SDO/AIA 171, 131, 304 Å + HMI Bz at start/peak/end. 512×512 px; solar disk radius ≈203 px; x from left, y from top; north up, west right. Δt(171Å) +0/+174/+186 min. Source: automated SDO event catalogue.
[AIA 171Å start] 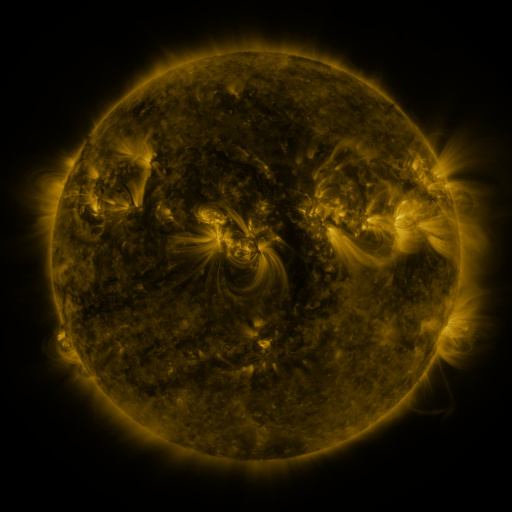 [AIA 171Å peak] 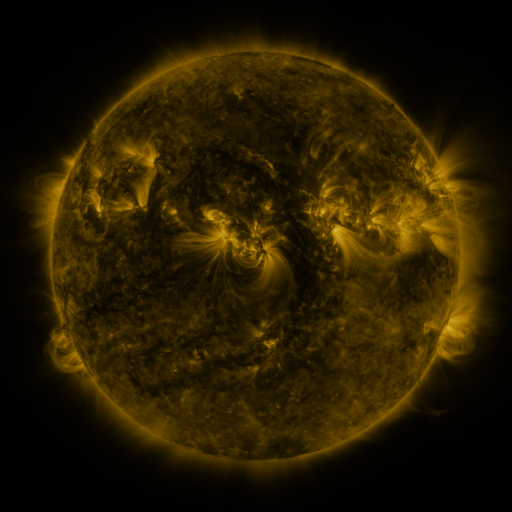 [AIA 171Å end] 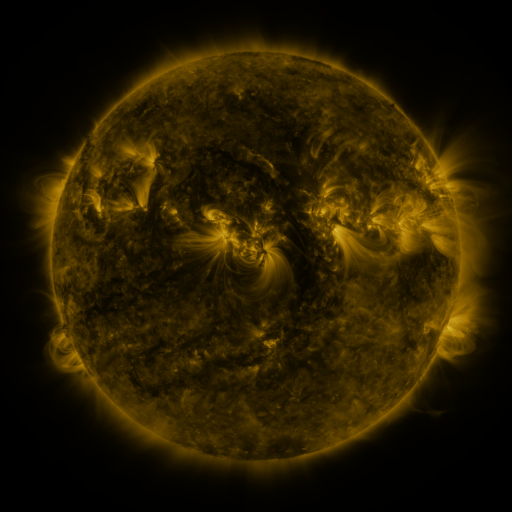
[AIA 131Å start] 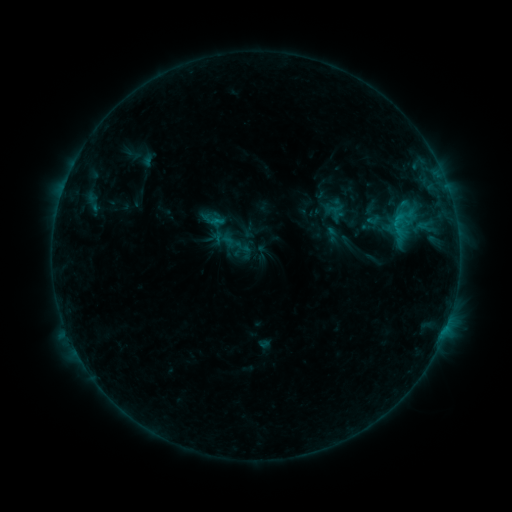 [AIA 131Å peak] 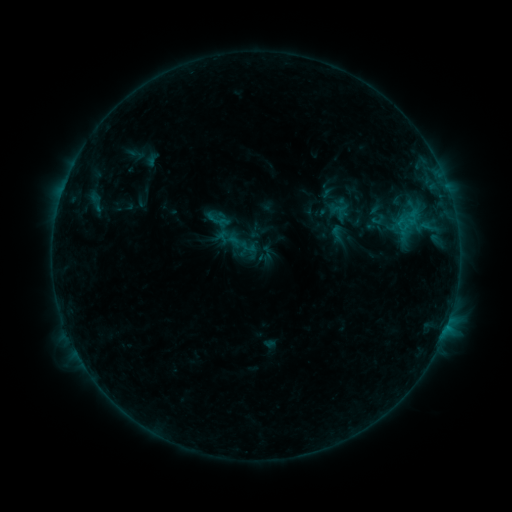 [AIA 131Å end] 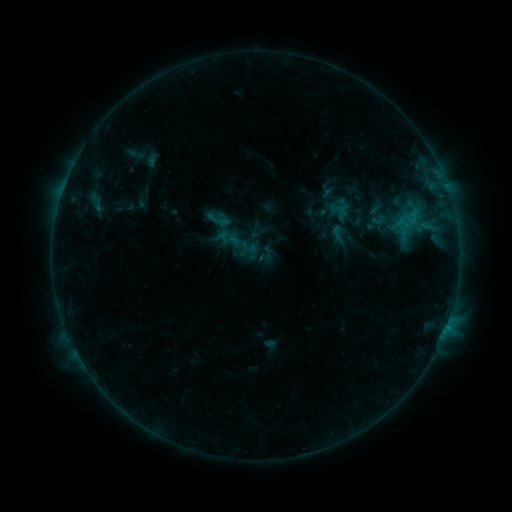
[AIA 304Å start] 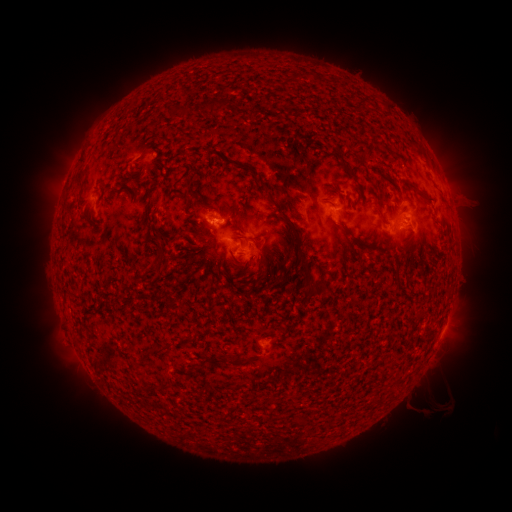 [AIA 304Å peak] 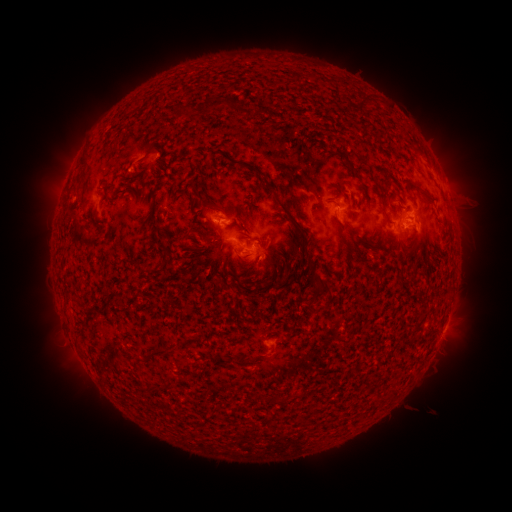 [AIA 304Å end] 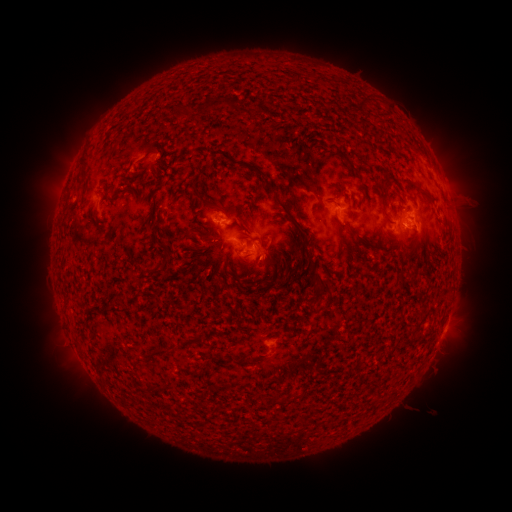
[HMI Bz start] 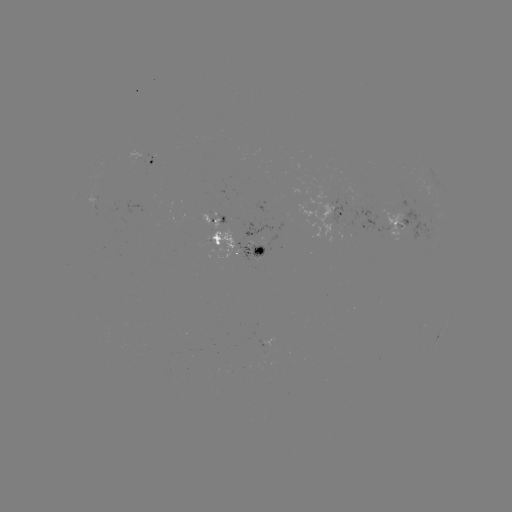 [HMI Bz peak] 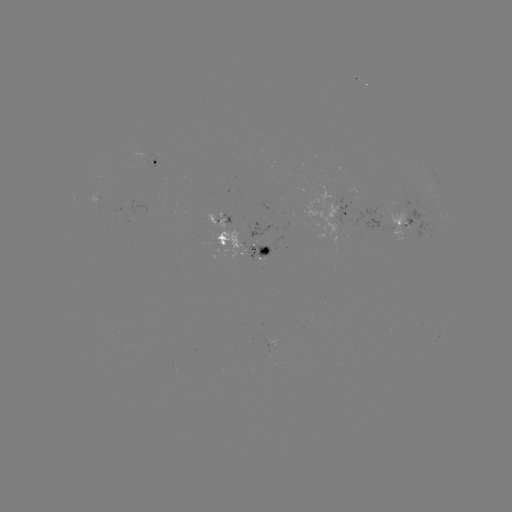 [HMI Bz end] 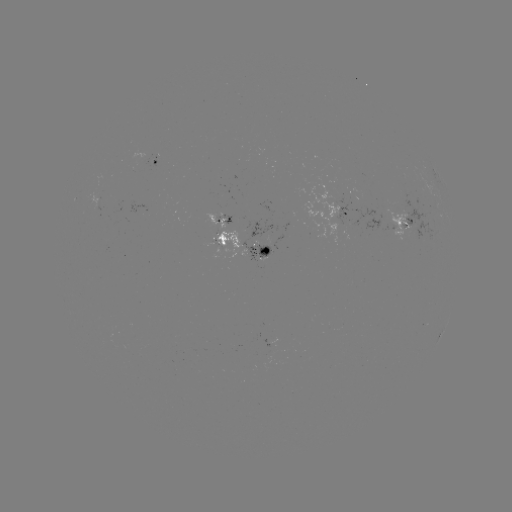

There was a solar emerging-flux region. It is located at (257, 248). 